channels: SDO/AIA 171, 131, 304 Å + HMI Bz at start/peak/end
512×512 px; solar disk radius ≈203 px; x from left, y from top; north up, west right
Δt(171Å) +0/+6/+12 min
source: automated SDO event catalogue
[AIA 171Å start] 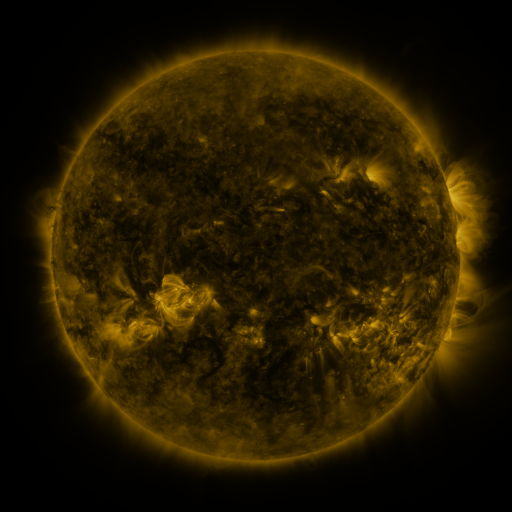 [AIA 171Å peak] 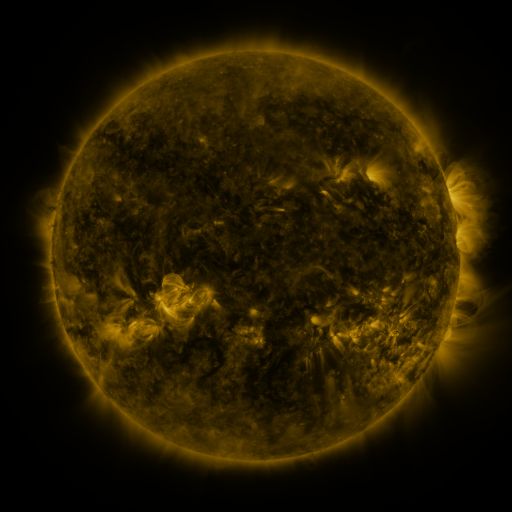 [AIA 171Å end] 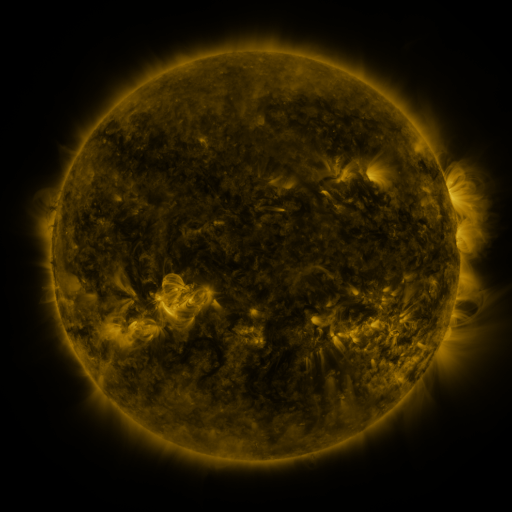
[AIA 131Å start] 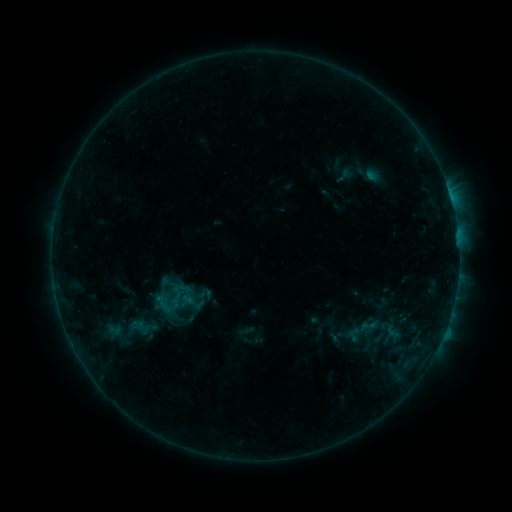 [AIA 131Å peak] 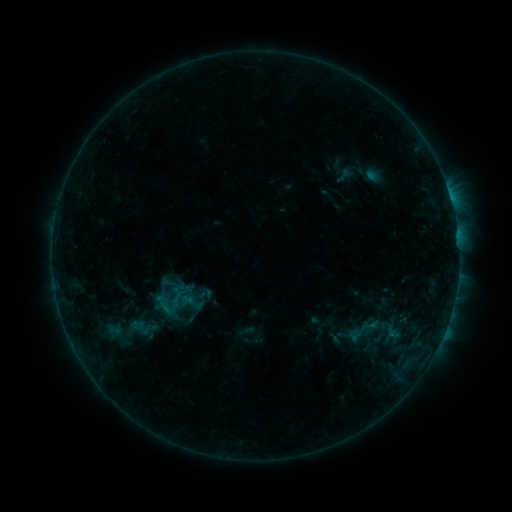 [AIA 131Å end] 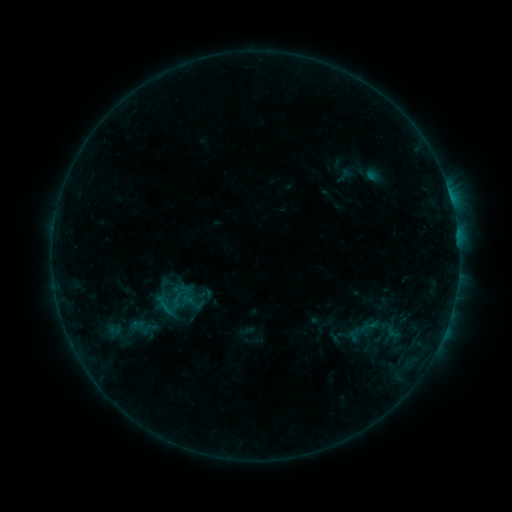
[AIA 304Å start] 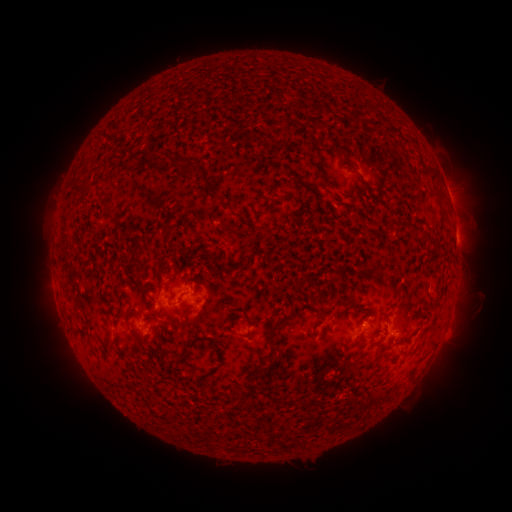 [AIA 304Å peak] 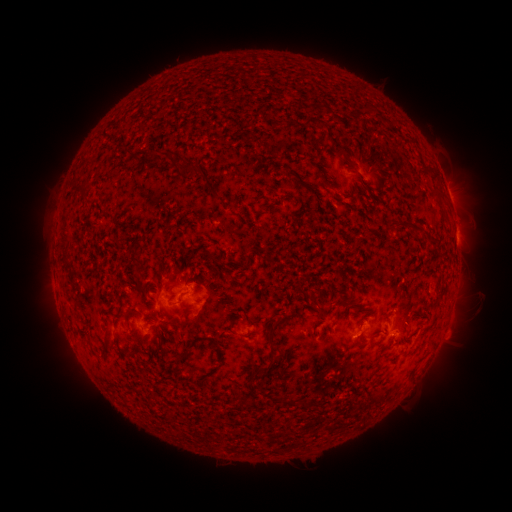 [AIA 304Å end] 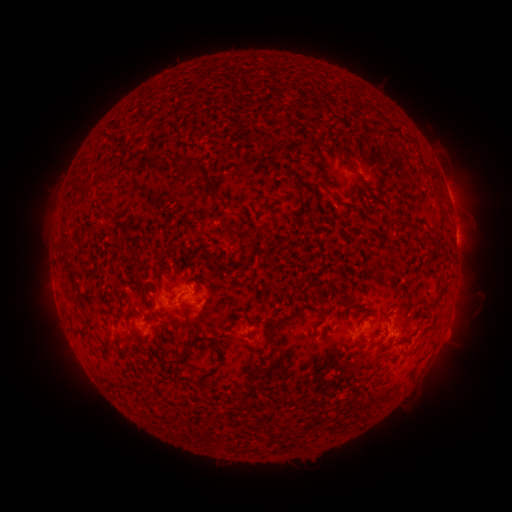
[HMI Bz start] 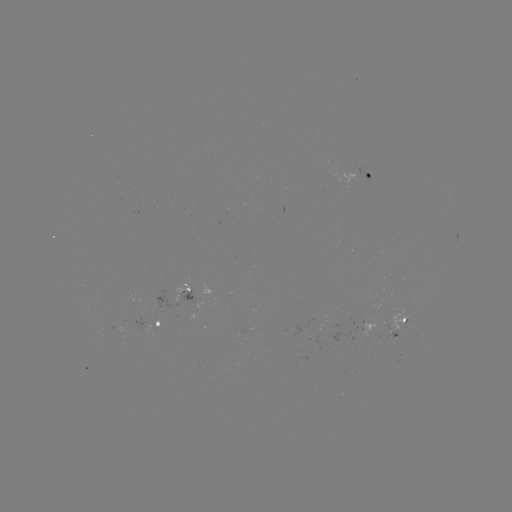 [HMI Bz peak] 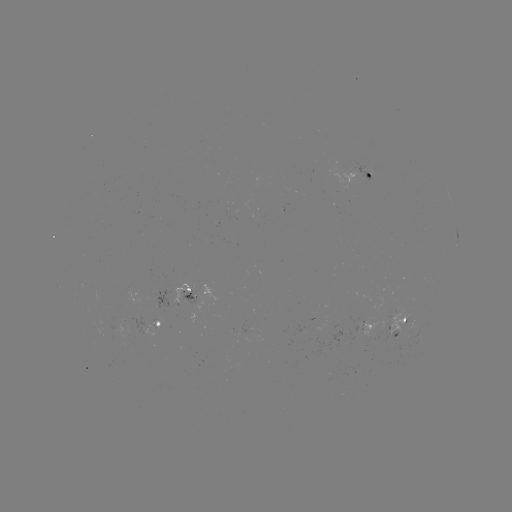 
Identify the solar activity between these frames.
no classed flare was catalogued and no EUV brightening was flagged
